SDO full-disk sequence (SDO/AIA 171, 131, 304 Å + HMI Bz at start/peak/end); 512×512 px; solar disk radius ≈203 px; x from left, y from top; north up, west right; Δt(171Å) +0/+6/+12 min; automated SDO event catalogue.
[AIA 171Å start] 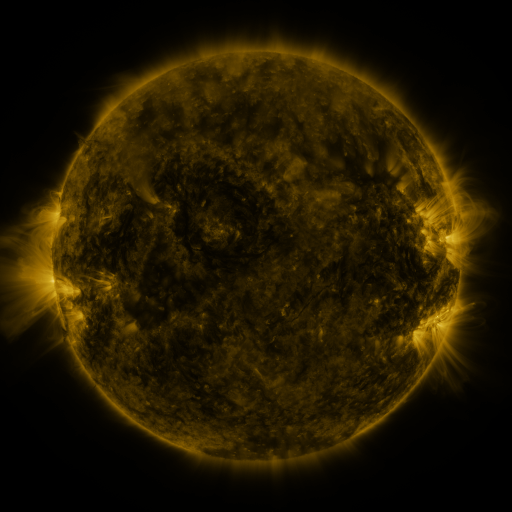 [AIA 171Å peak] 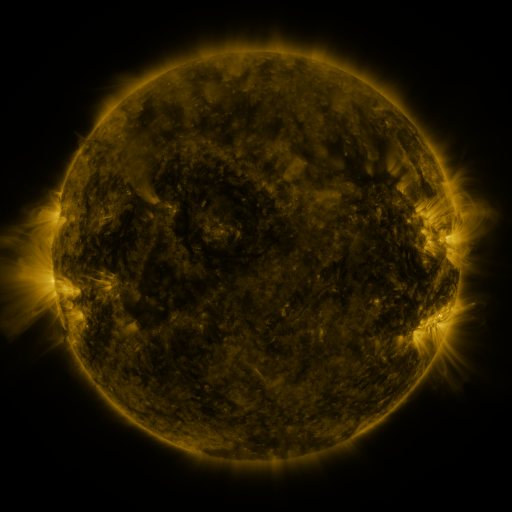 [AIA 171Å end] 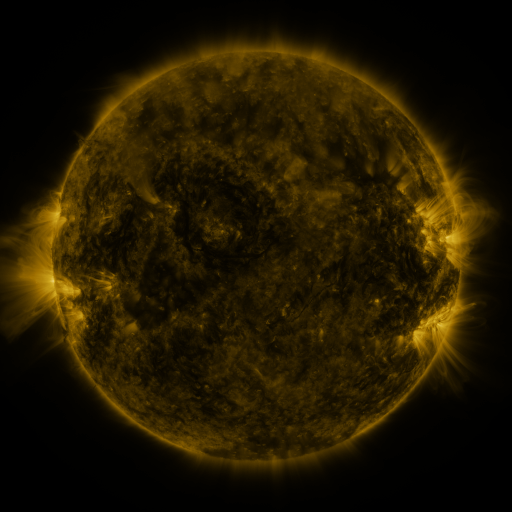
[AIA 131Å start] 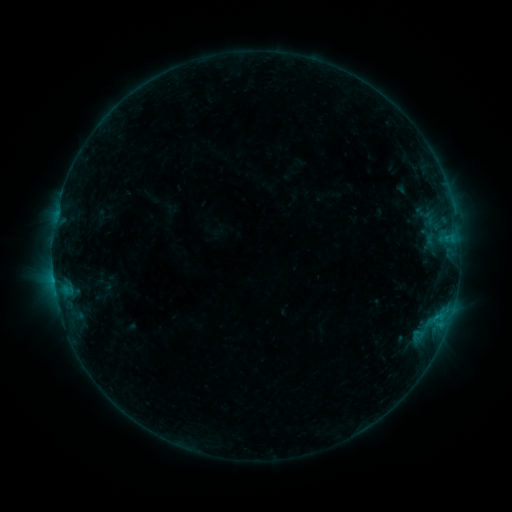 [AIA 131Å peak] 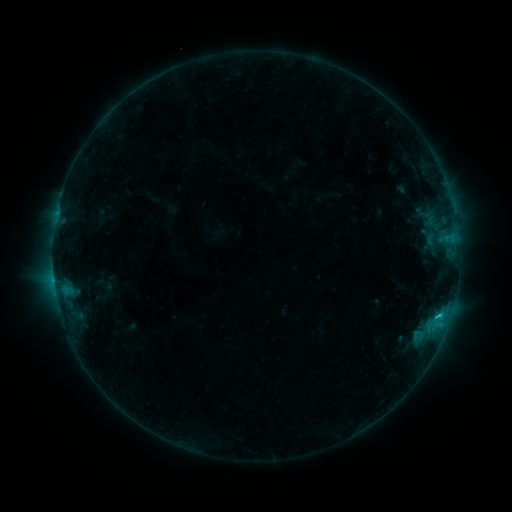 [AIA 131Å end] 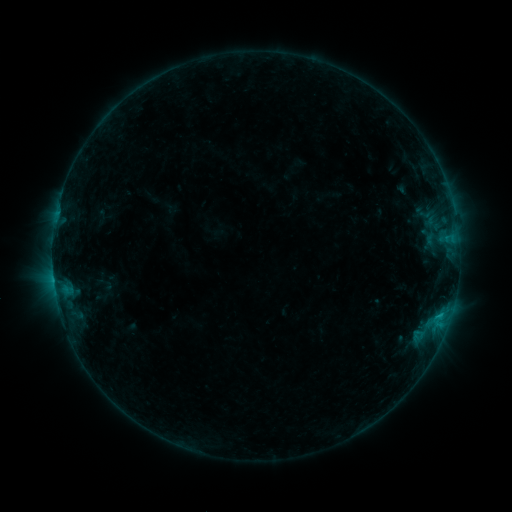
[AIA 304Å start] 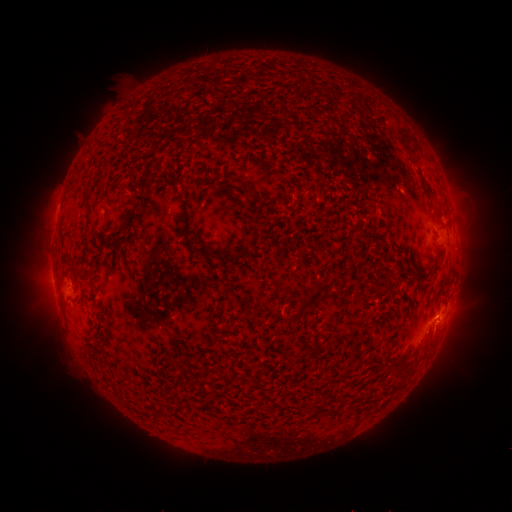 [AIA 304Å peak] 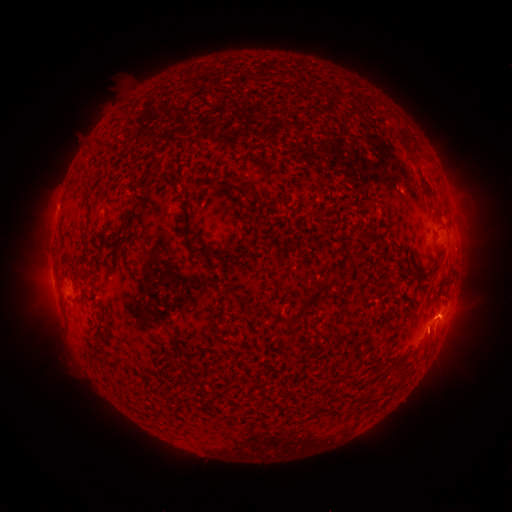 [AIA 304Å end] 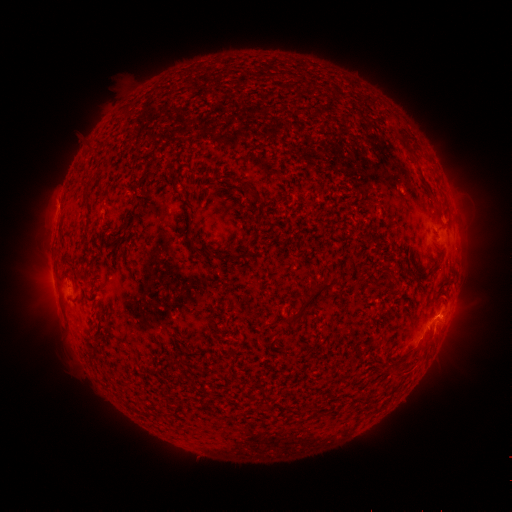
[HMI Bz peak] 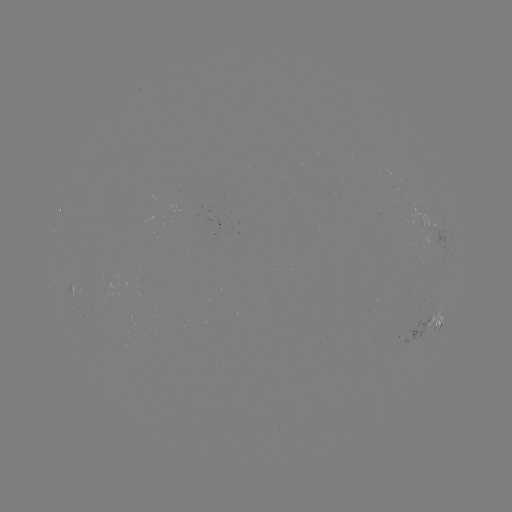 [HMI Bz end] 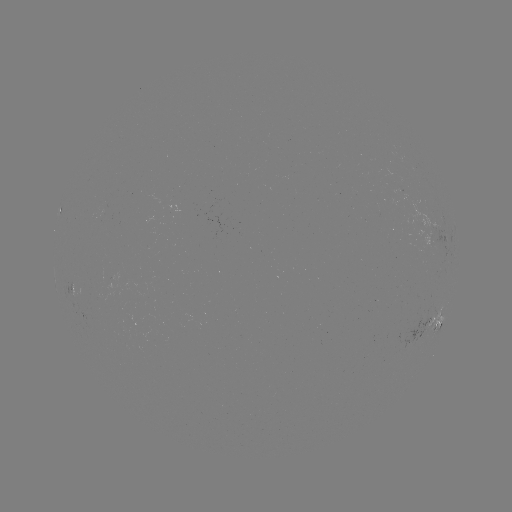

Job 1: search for B8.4 flare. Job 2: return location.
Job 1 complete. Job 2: [437, 315].